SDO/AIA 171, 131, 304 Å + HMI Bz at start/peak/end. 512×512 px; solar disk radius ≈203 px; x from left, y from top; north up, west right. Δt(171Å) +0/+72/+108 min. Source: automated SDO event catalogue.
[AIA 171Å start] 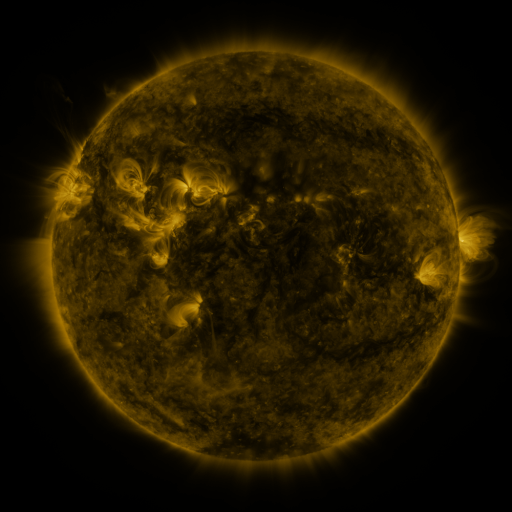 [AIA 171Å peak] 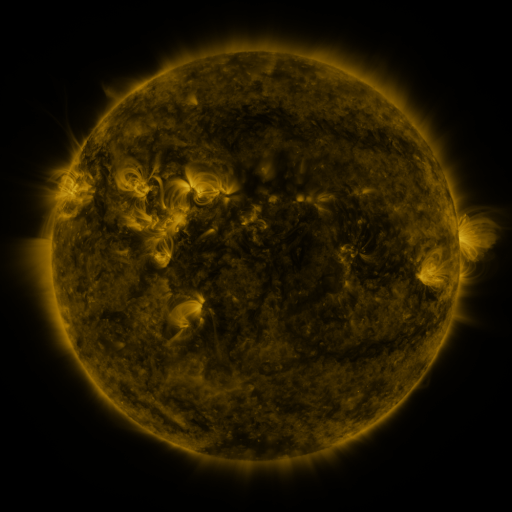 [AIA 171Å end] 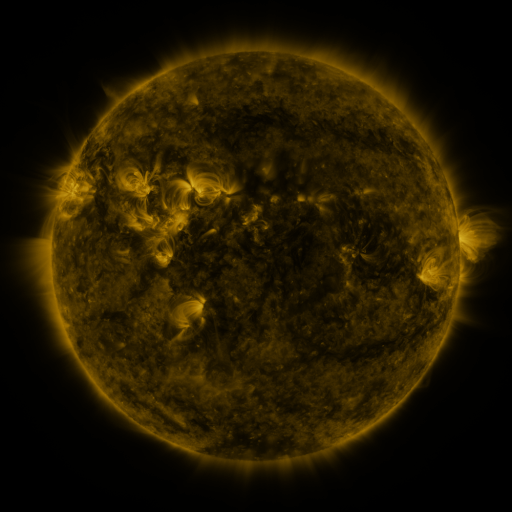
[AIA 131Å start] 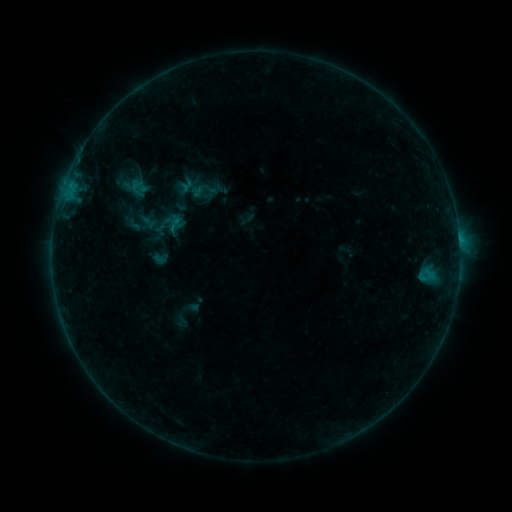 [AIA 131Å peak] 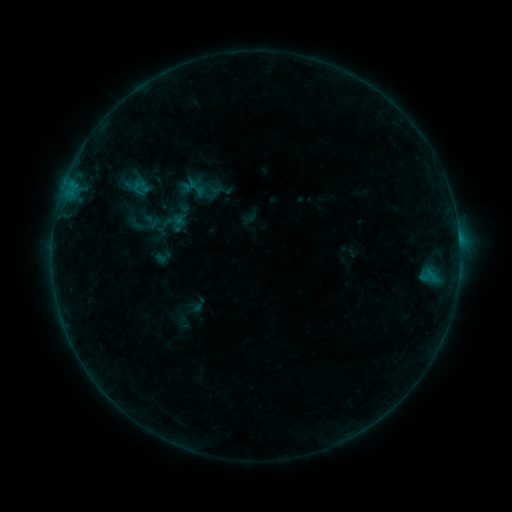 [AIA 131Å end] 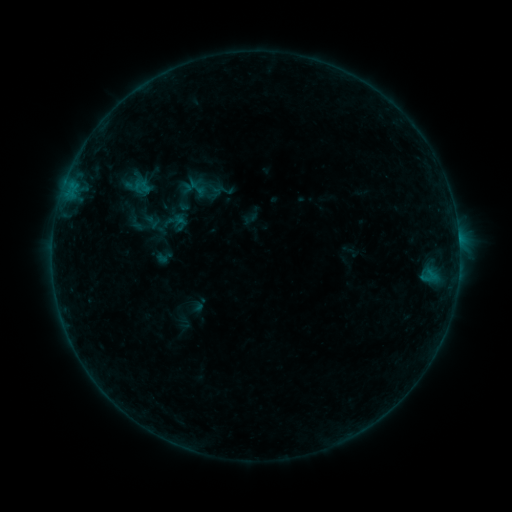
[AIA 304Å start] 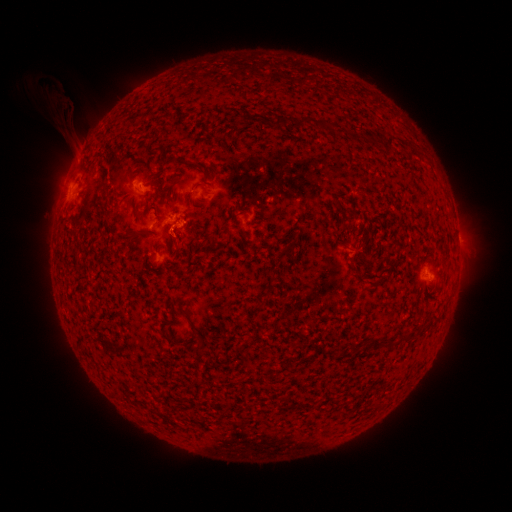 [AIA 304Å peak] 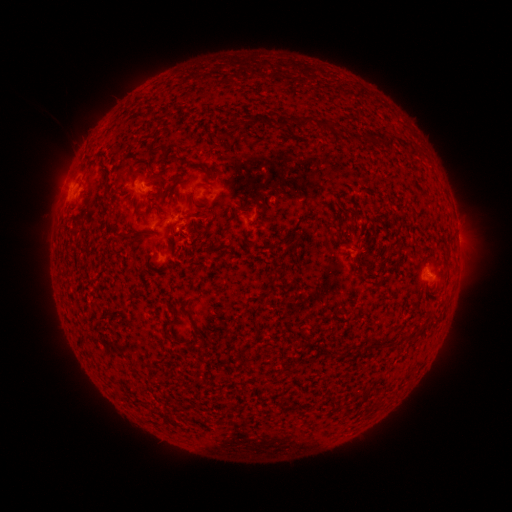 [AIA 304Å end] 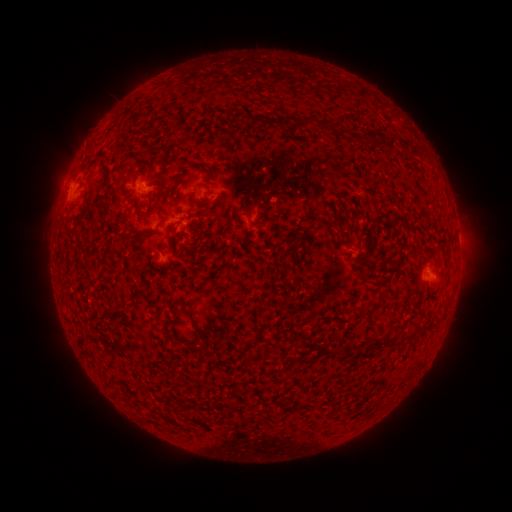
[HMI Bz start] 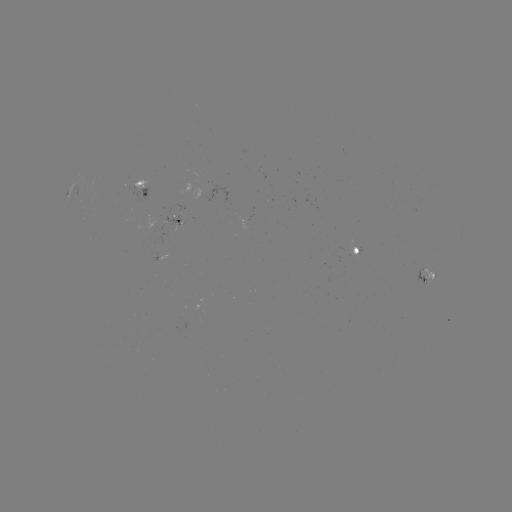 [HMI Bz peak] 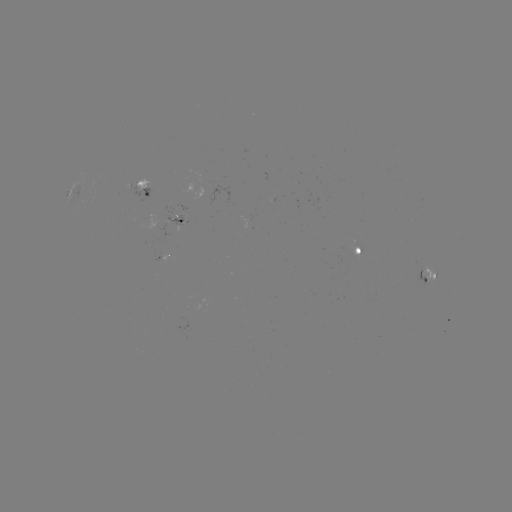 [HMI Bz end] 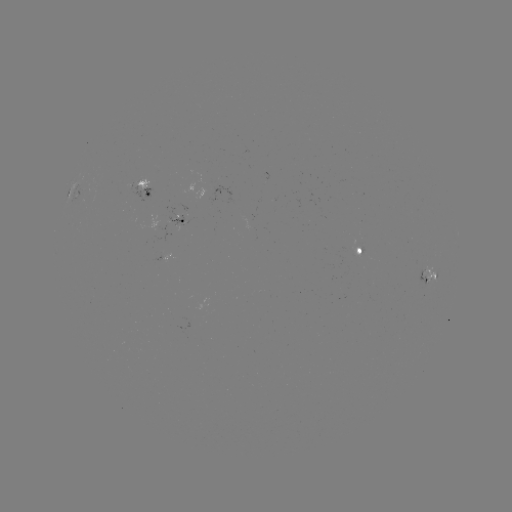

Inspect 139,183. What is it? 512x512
emerging-flux region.